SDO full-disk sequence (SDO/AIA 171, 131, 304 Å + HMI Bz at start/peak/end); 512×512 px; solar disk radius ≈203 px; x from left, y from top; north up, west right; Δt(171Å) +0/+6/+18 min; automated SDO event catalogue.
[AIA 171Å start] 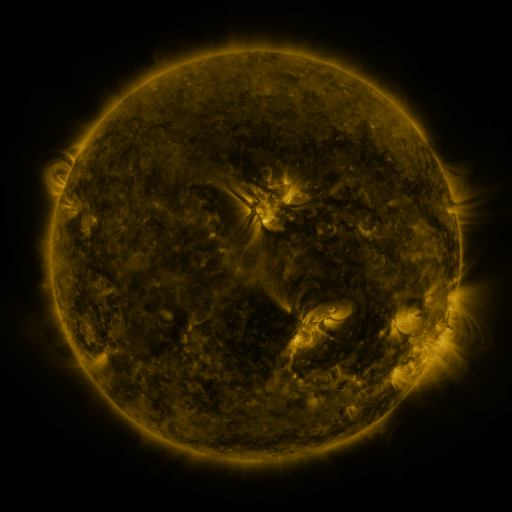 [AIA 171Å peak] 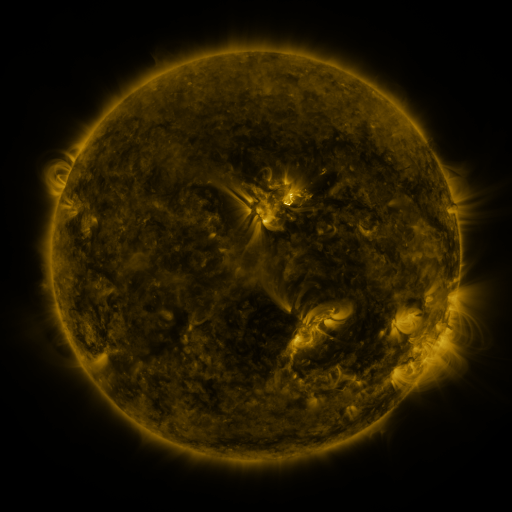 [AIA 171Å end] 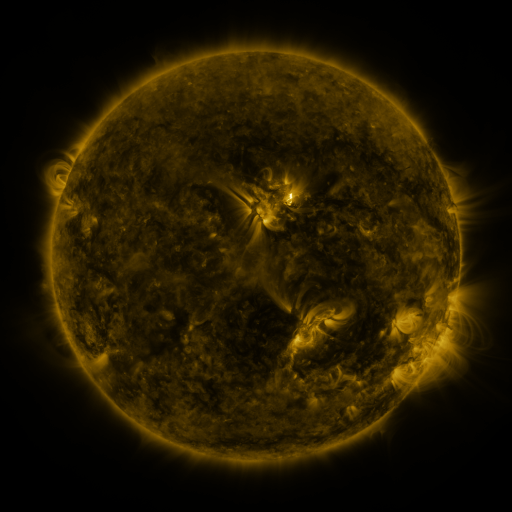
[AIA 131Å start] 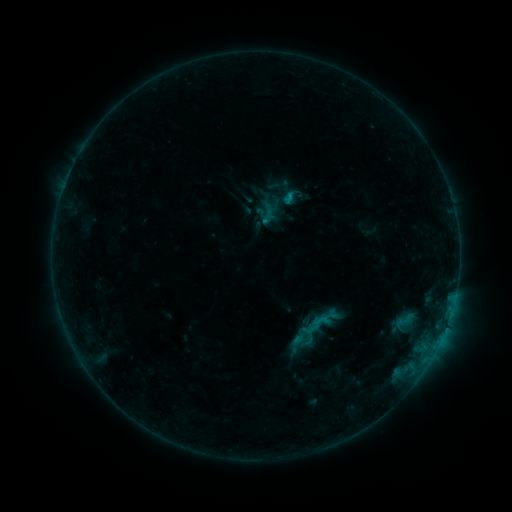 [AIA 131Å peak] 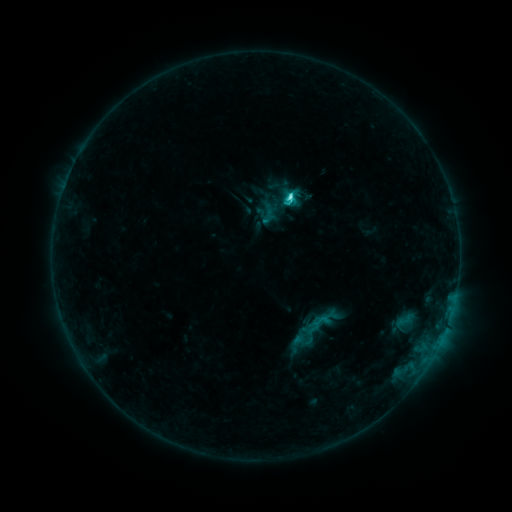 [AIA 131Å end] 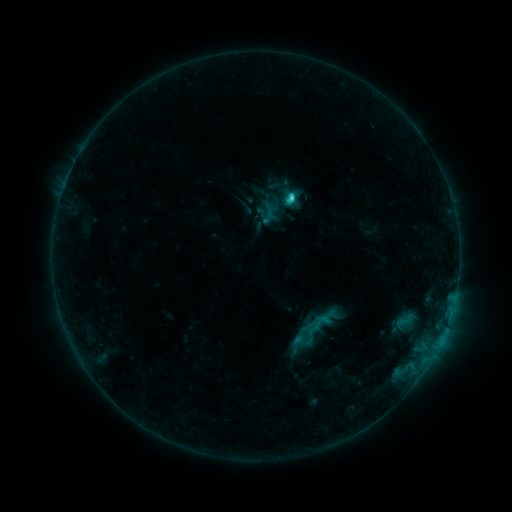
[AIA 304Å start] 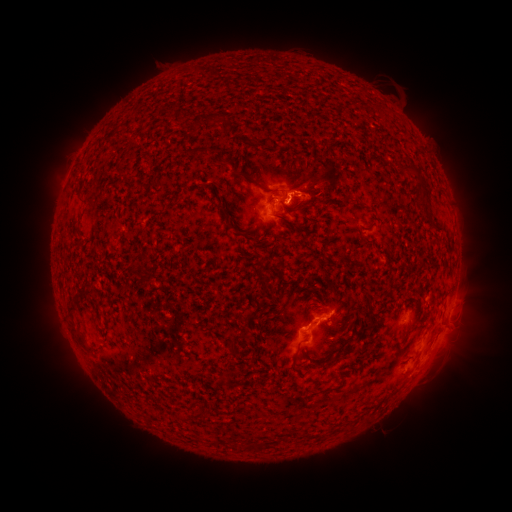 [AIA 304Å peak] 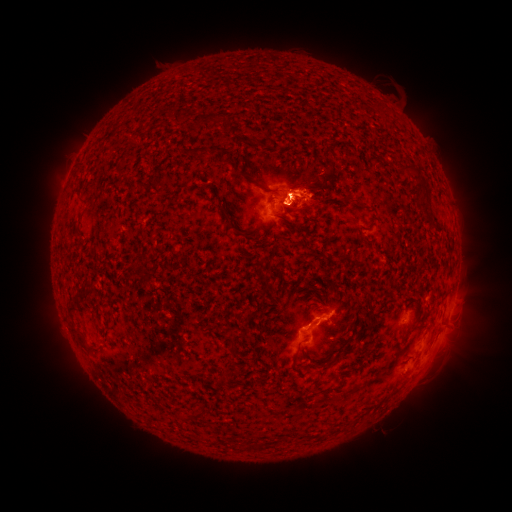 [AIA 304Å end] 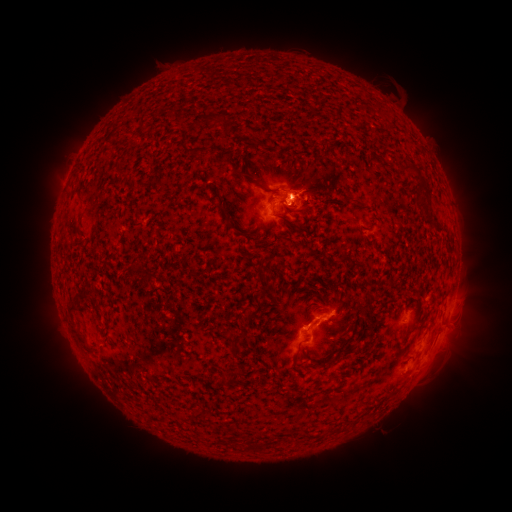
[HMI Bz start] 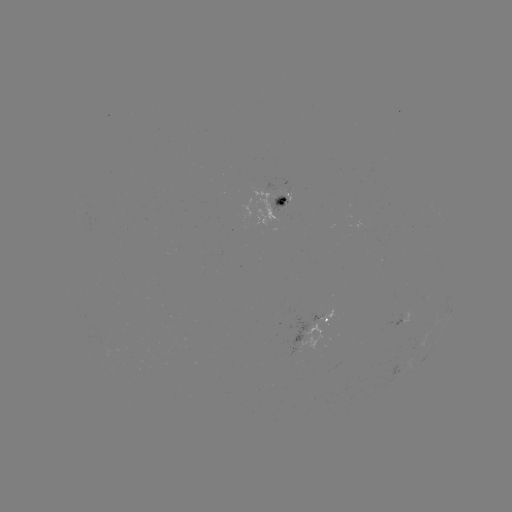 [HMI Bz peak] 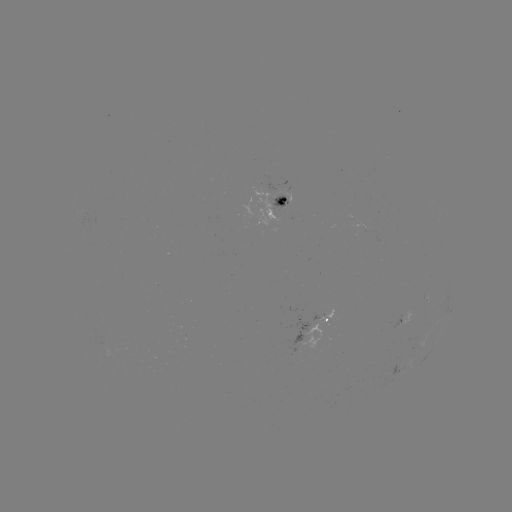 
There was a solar flare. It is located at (288, 198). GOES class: C3.5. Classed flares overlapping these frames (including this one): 1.